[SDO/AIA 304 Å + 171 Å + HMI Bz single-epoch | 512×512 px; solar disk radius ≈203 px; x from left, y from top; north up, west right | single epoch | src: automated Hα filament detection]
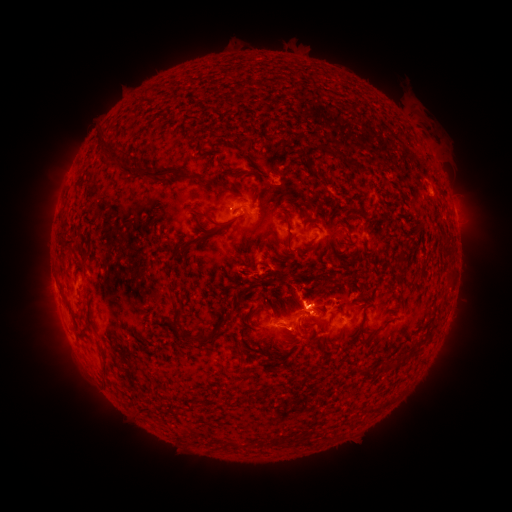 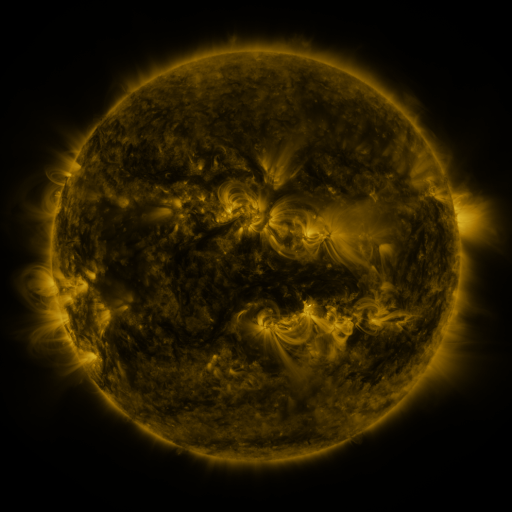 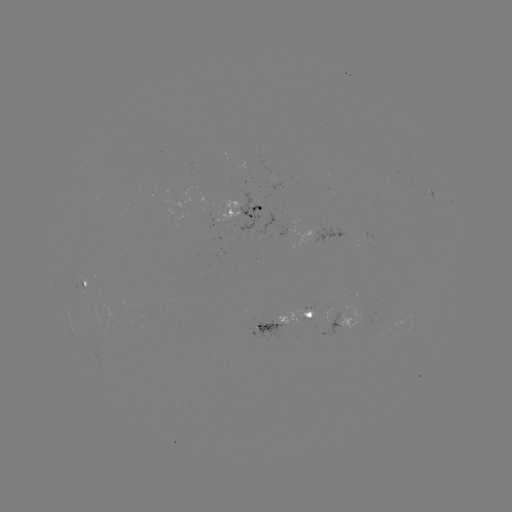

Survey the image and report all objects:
filament: (236, 82, 245, 93)
filament: (96, 132, 119, 166)
filament: (324, 147, 368, 173)
filament: (216, 160, 244, 179)
filament: (121, 167, 200, 183)
filament: (317, 172, 324, 183)
filament: (215, 185, 228, 192)
filament: (287, 195, 301, 202)
filament: (187, 208, 234, 228)
filament: (281, 210, 292, 250)
filament: (60, 216, 66, 230)
filament: (195, 221, 207, 232)
filament: (174, 237, 202, 255)
filament: (62, 239, 81, 254)
filament: (262, 299, 271, 310)
filament: (173, 306, 185, 332)
filament: (220, 309, 228, 320)
filament: (90, 319, 100, 335)
filament: (301, 320, 313, 332)
filament: (415, 326, 434, 343)
filament: (198, 332, 215, 344)
filament: (98, 340, 110, 379)
filament: (235, 341, 244, 354)
filament: (267, 352, 287, 365)
filament: (384, 353, 405, 370)
filament: (301, 434, 316, 445)
